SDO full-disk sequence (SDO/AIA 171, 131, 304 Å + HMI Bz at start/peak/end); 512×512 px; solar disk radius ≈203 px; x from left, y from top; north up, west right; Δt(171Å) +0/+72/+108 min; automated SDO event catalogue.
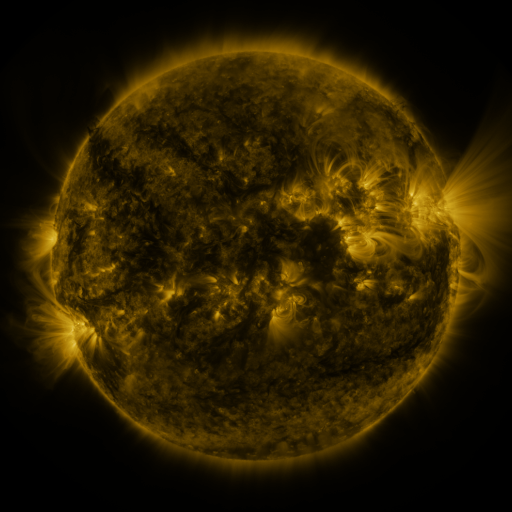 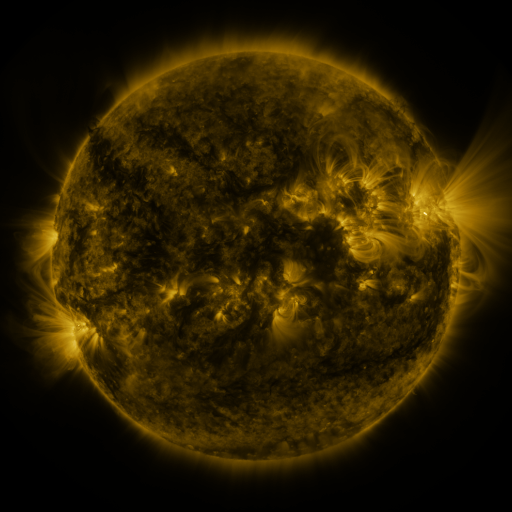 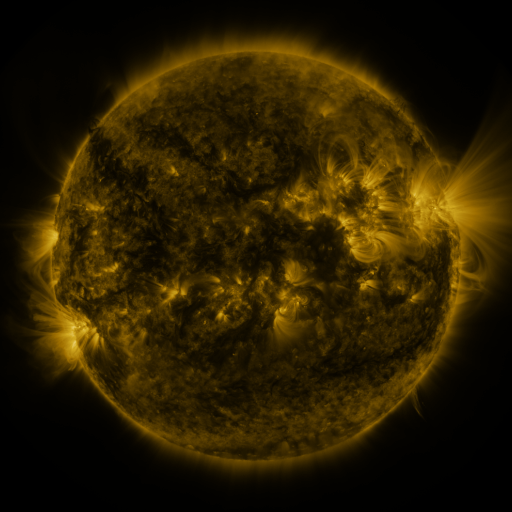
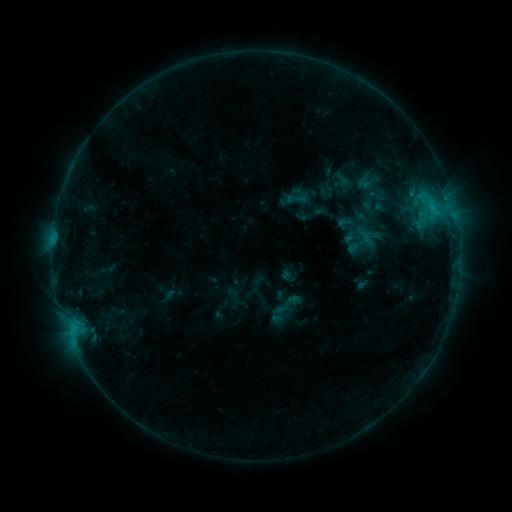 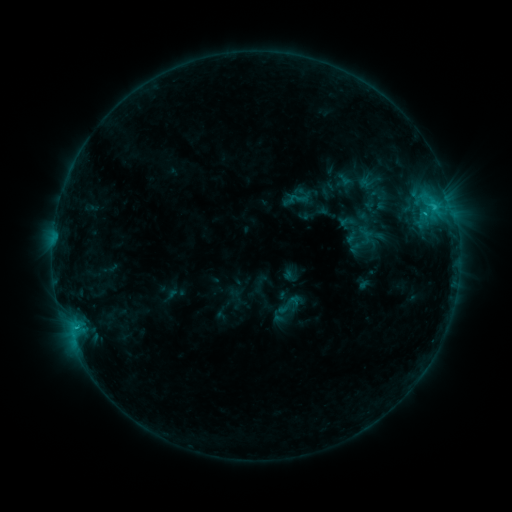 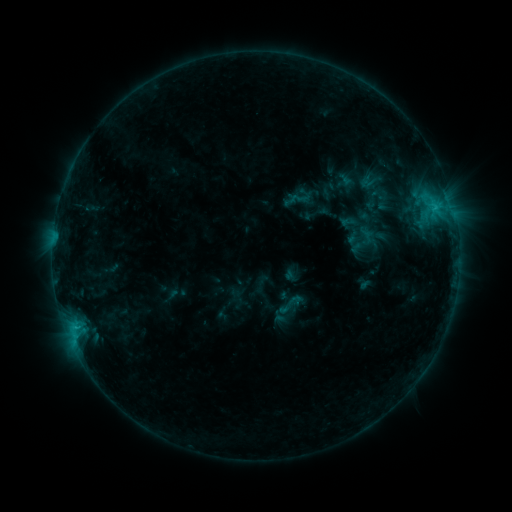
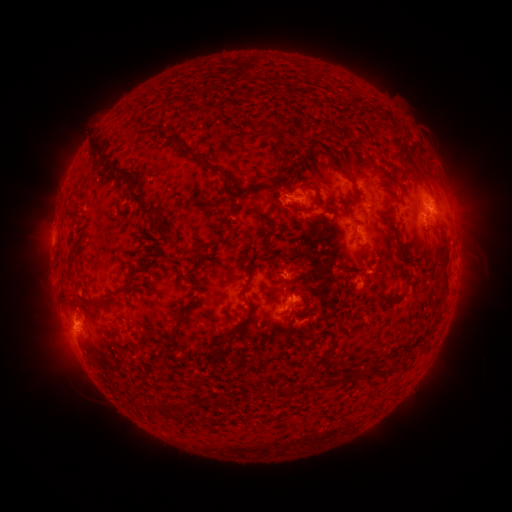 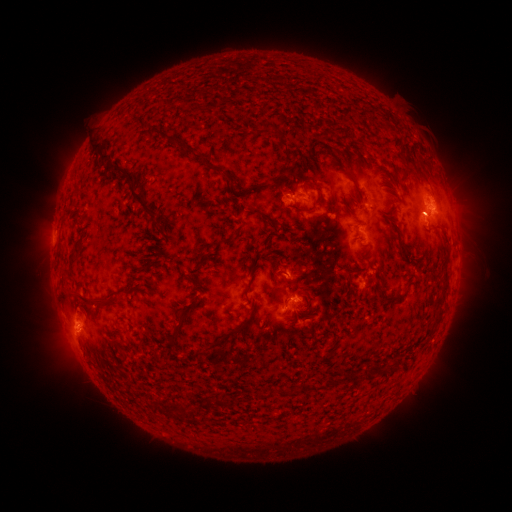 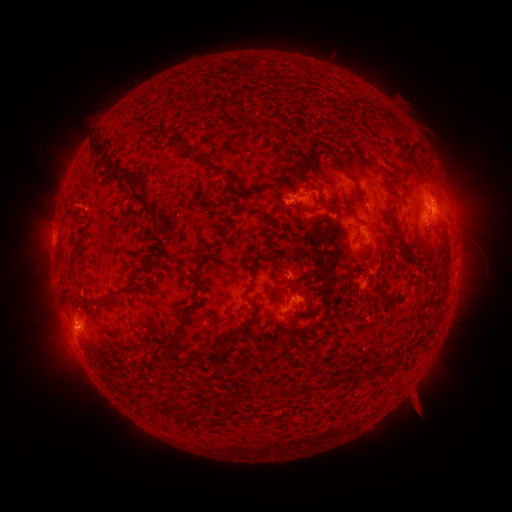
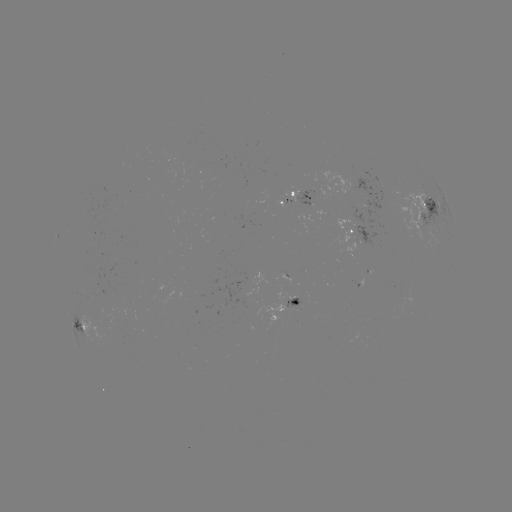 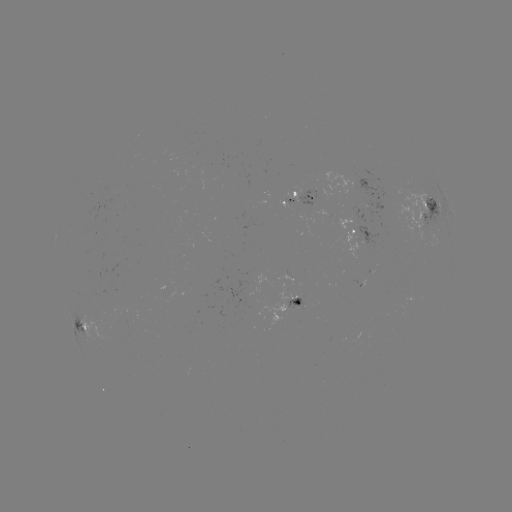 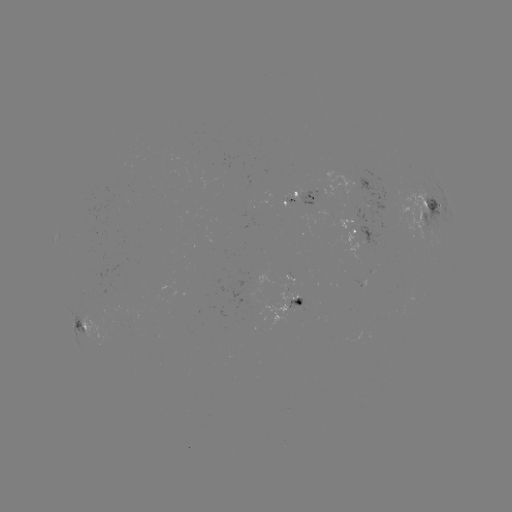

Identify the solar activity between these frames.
emerging-flux region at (294, 305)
